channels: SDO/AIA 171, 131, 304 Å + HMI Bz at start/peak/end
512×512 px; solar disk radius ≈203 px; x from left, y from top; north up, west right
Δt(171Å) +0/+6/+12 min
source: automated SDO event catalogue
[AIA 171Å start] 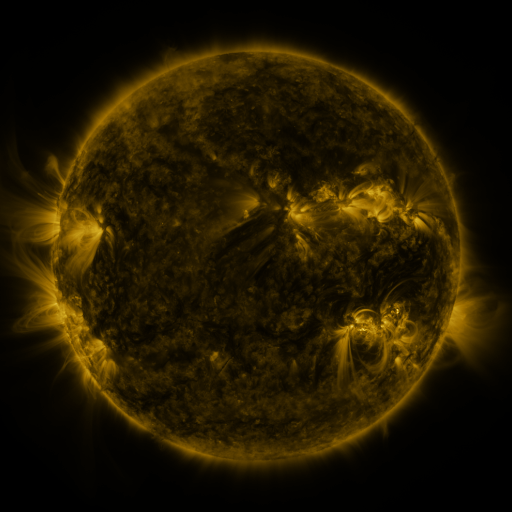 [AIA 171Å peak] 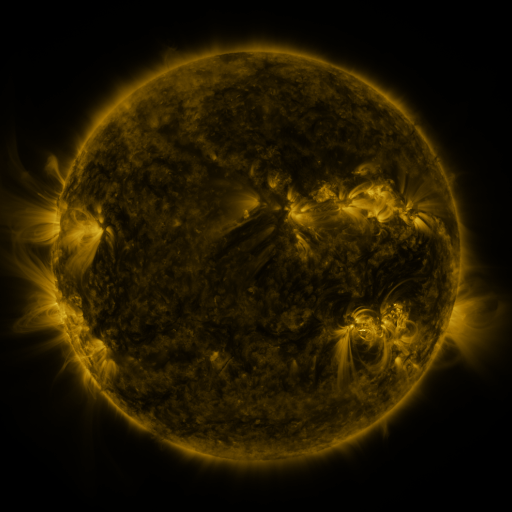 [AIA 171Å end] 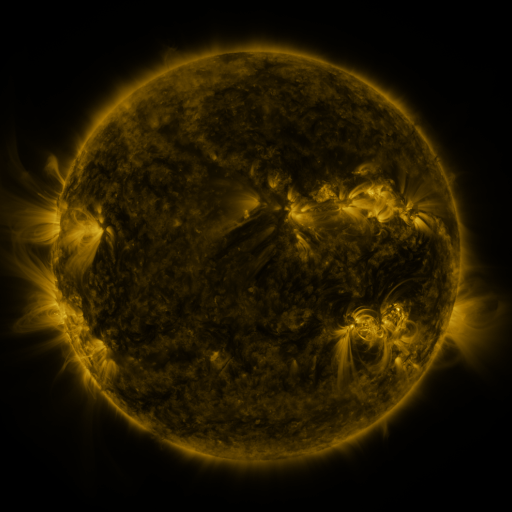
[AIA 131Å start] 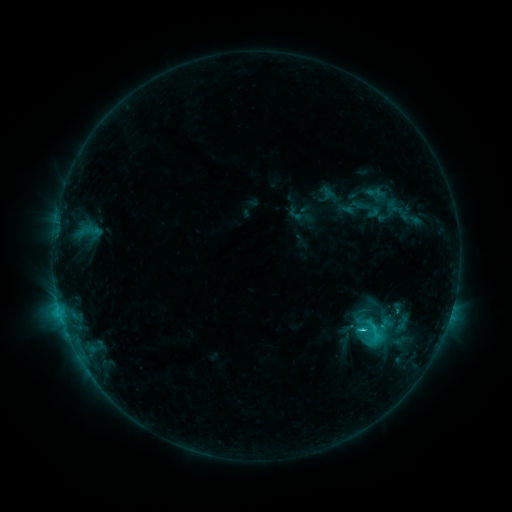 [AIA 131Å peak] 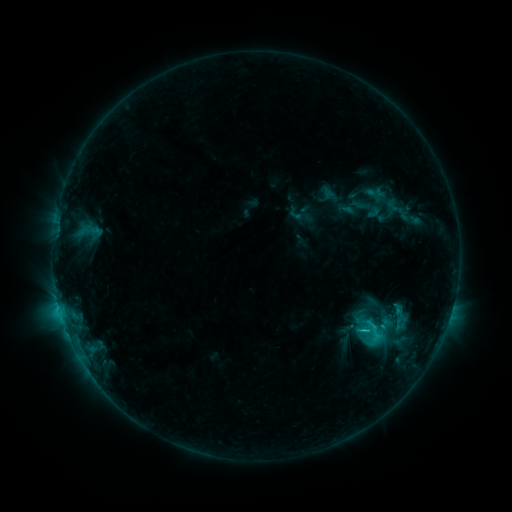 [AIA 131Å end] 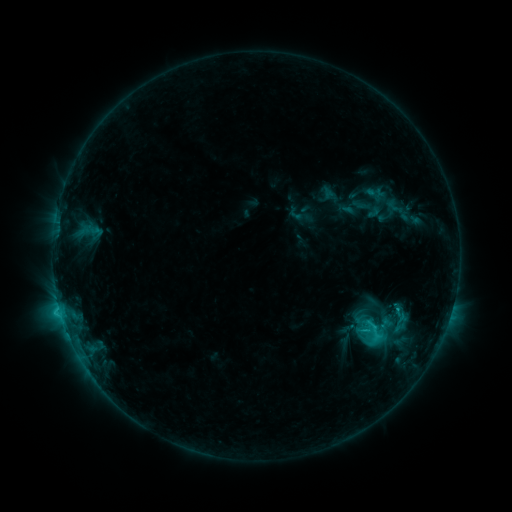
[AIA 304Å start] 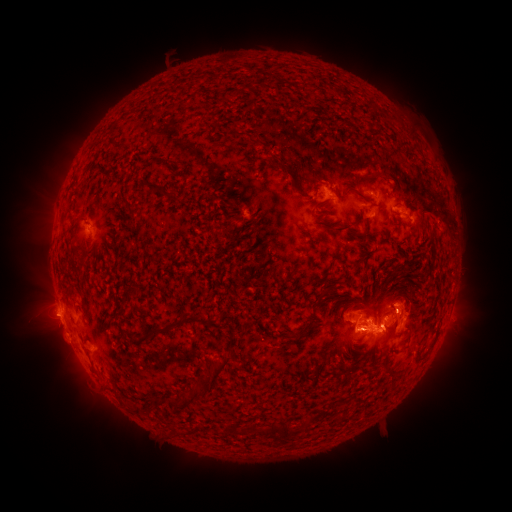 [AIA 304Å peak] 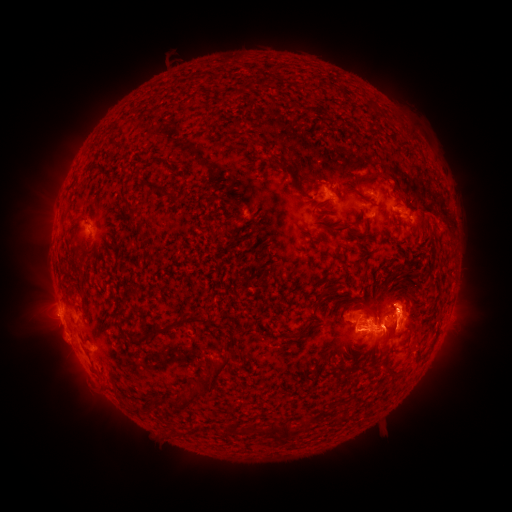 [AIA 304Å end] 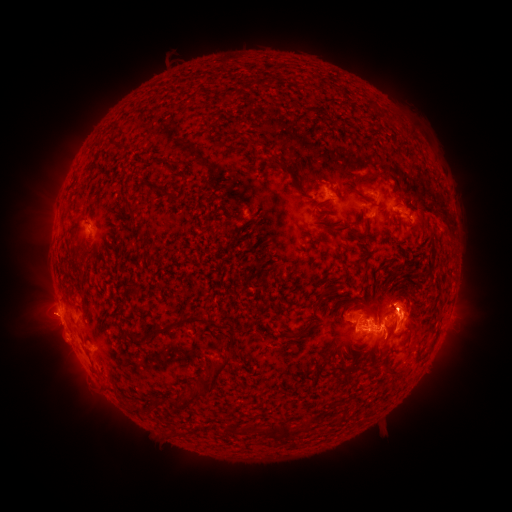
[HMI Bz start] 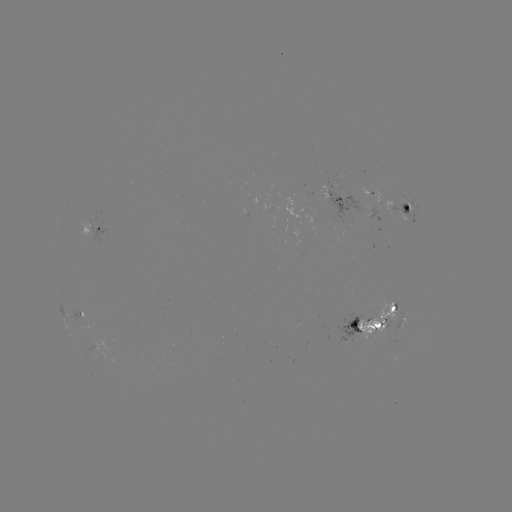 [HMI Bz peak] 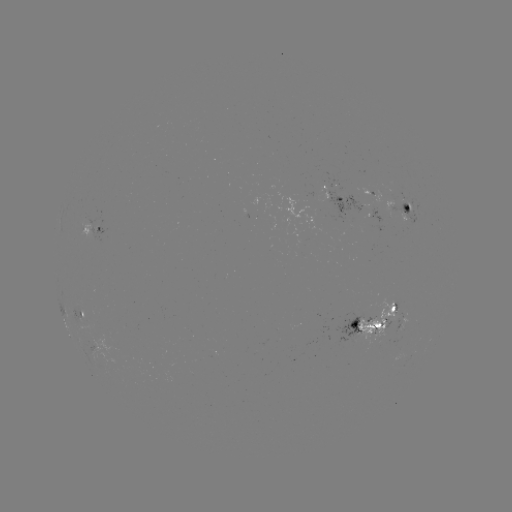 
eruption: (372, 271, 433, 364)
